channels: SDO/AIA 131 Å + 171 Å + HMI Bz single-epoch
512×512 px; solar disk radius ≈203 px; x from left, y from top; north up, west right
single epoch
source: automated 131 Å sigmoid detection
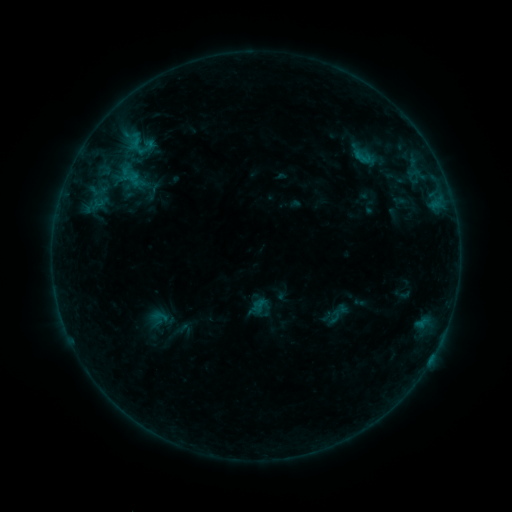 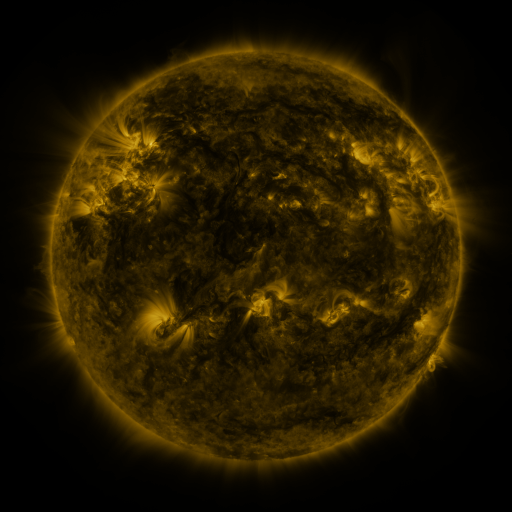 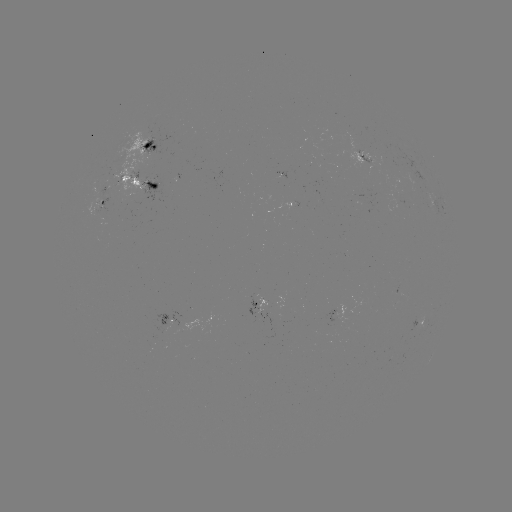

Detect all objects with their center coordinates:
sigmoid: (137, 143)
sigmoid: (363, 157)
sigmoid: (131, 179)
sigmoid: (160, 316)
